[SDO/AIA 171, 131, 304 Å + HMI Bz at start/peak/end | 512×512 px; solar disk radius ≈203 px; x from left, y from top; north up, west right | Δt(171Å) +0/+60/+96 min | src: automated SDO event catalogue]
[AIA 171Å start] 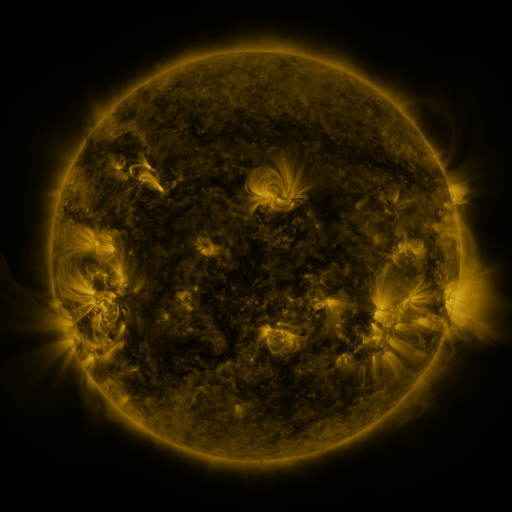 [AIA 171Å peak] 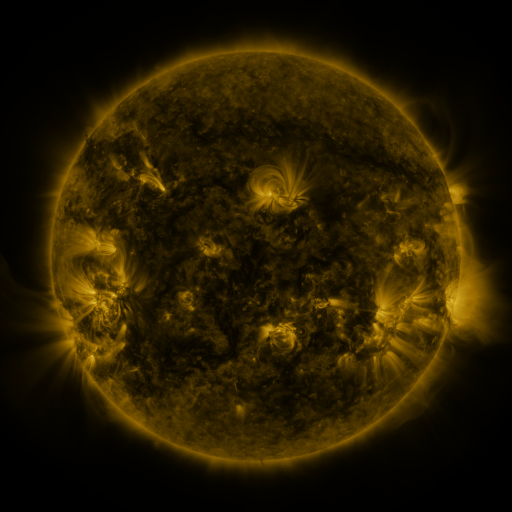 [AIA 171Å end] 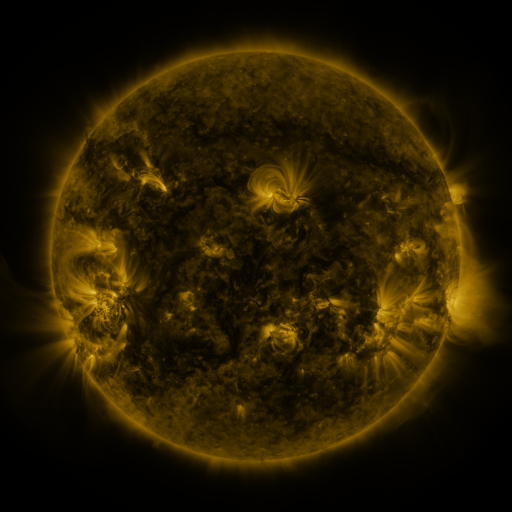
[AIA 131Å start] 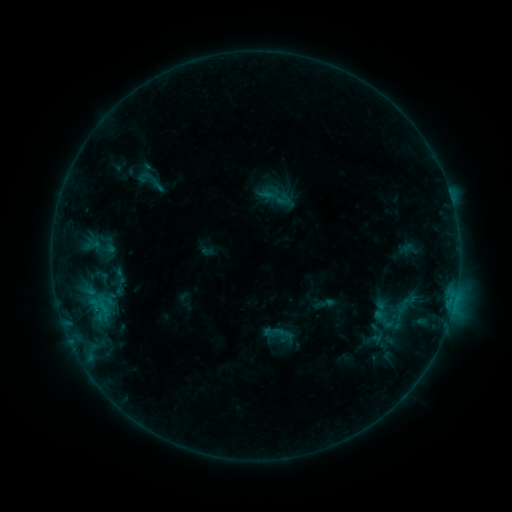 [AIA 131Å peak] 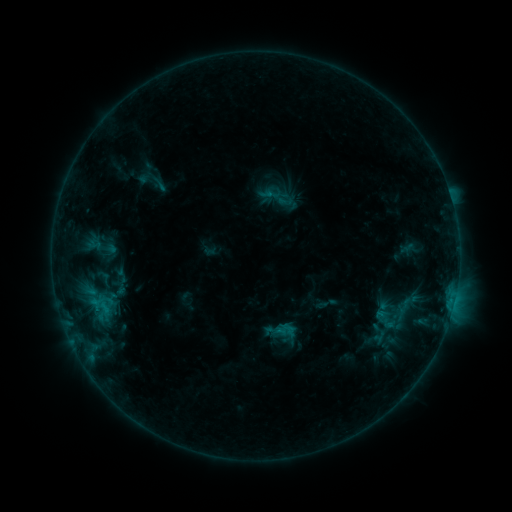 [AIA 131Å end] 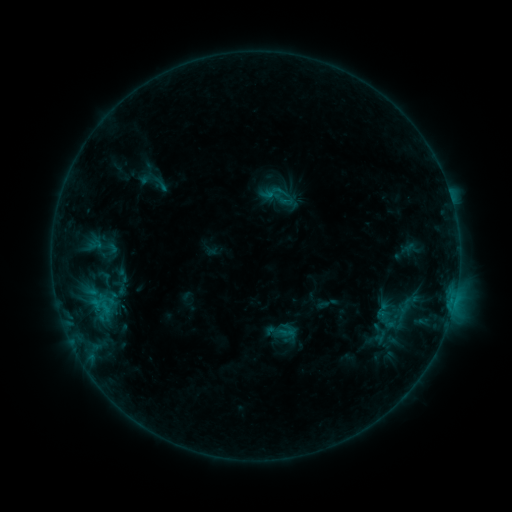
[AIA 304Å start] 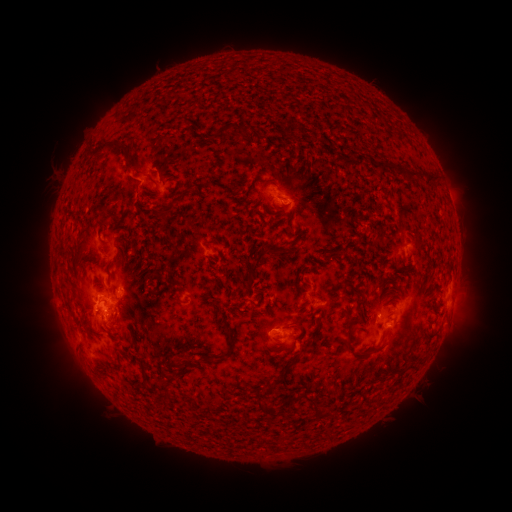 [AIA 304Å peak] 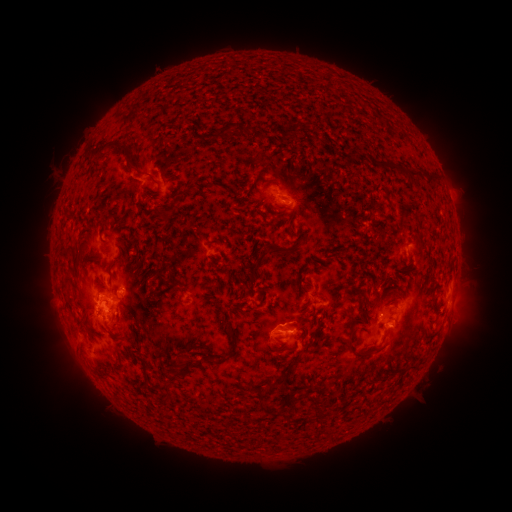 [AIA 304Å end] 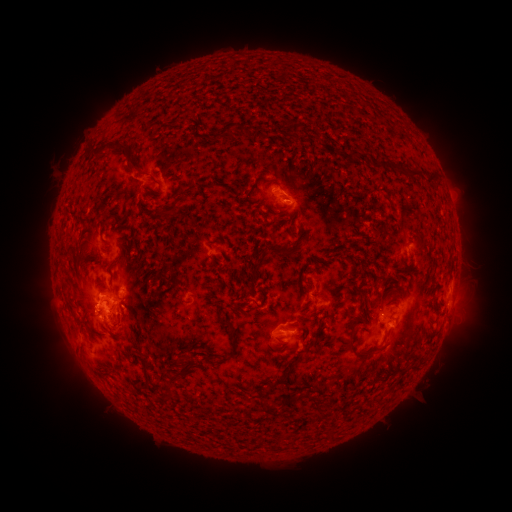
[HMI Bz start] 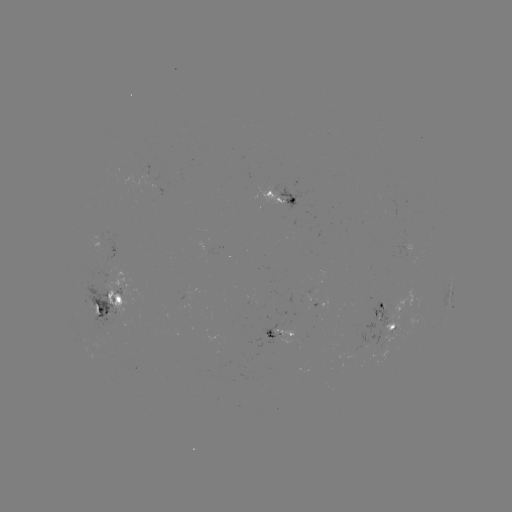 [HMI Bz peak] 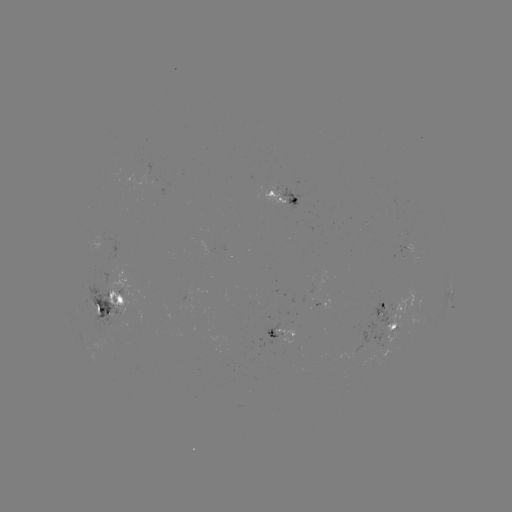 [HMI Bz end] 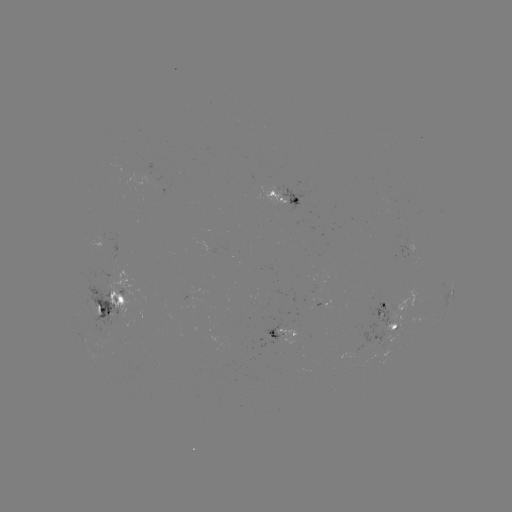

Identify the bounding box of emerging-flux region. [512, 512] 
[96, 267, 111, 285].